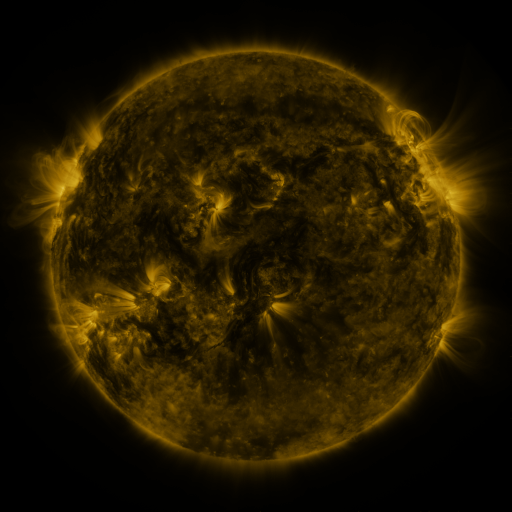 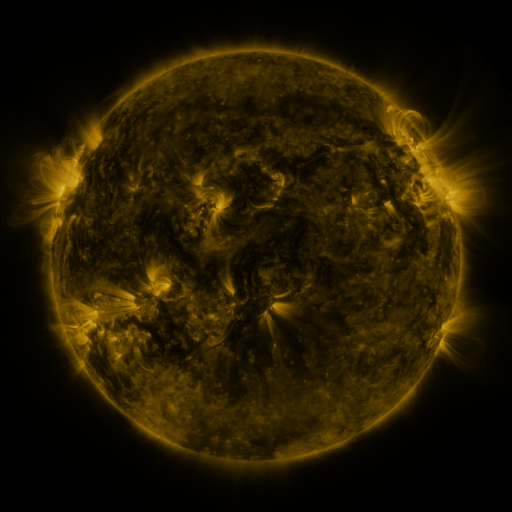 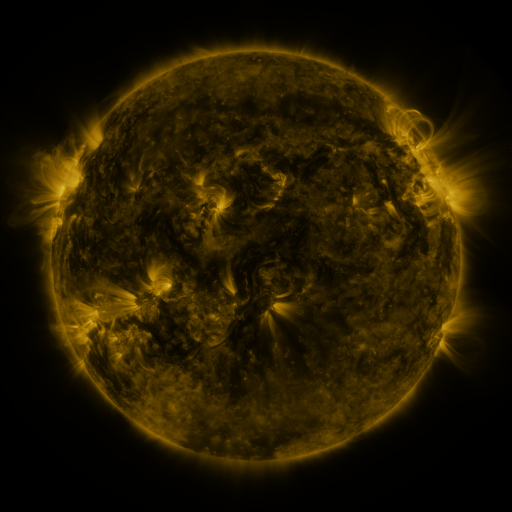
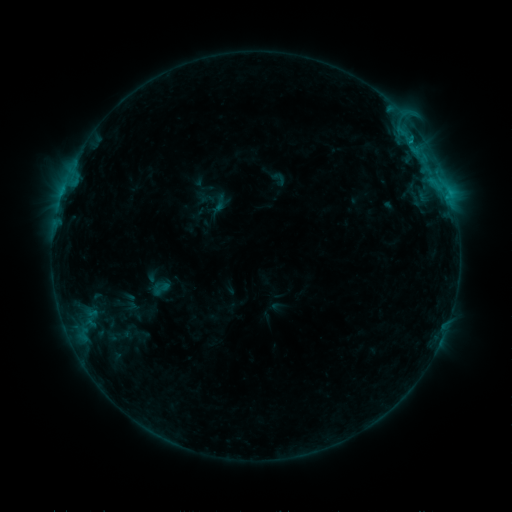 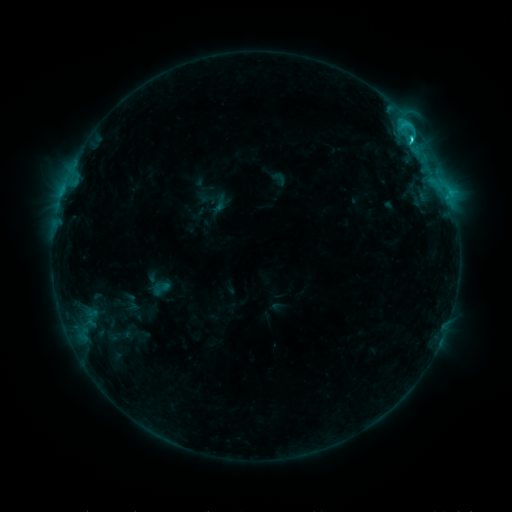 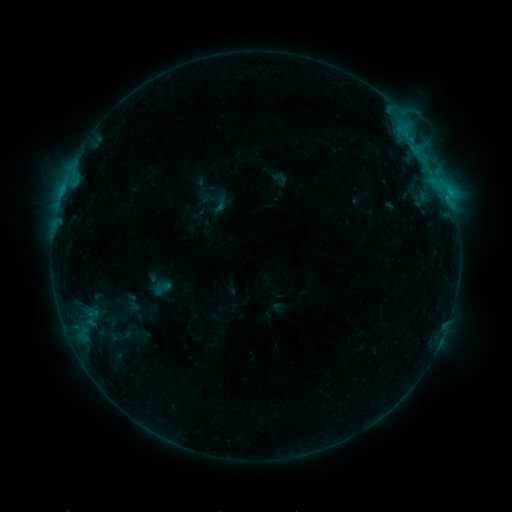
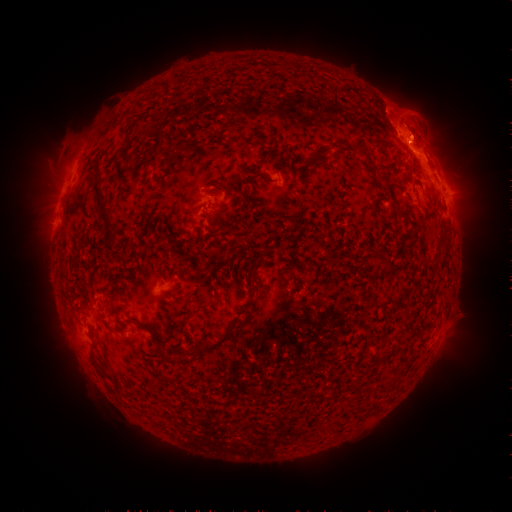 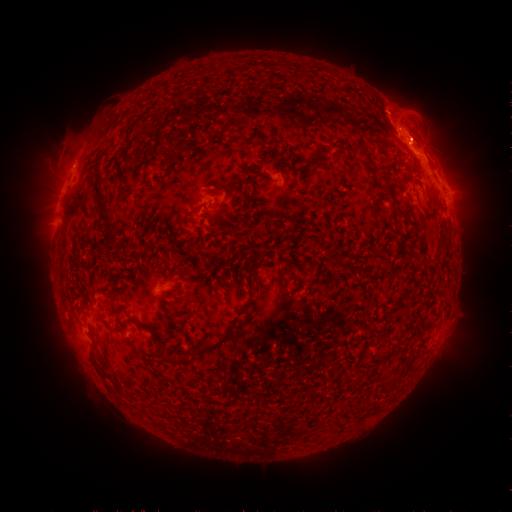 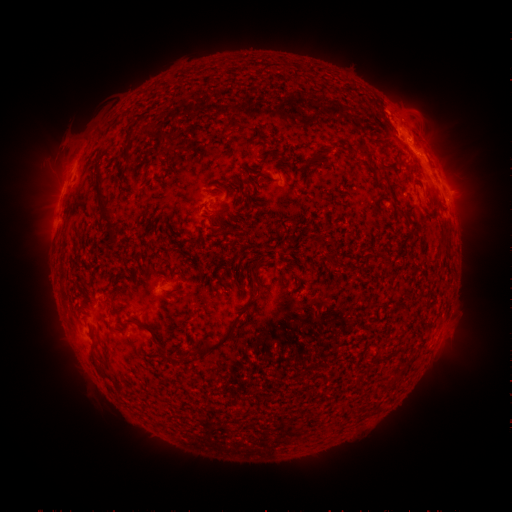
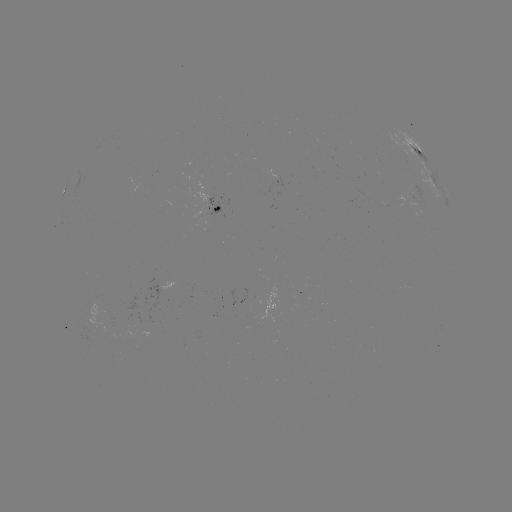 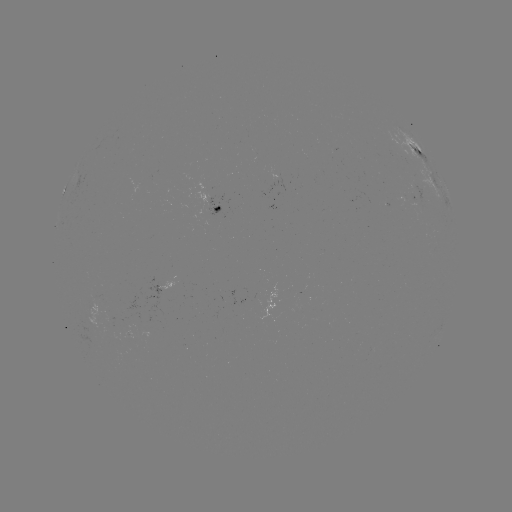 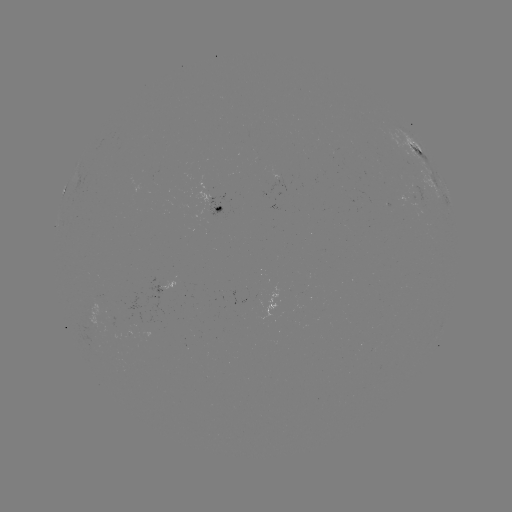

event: flare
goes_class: C2.7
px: (412, 141)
